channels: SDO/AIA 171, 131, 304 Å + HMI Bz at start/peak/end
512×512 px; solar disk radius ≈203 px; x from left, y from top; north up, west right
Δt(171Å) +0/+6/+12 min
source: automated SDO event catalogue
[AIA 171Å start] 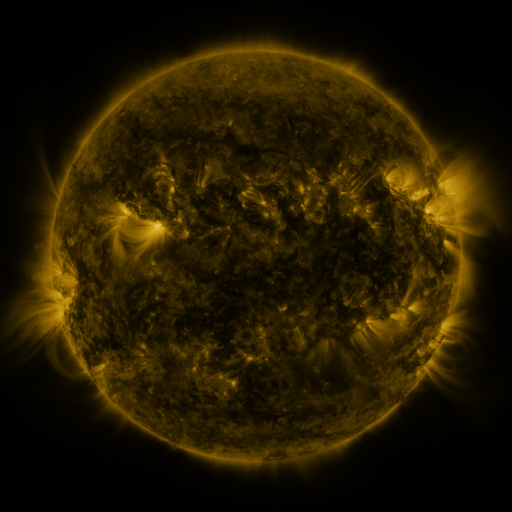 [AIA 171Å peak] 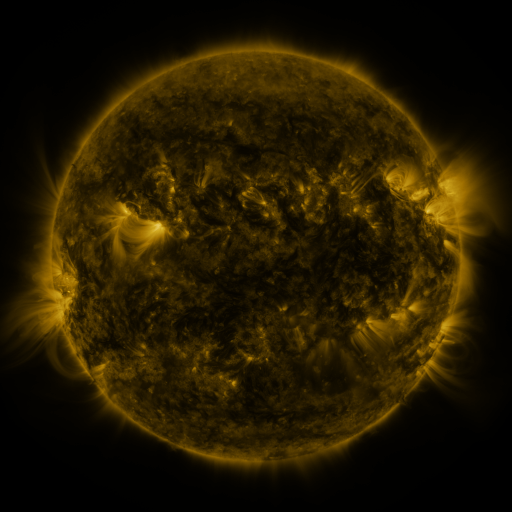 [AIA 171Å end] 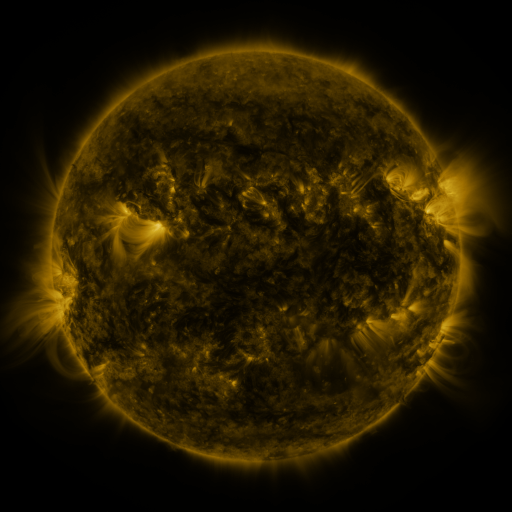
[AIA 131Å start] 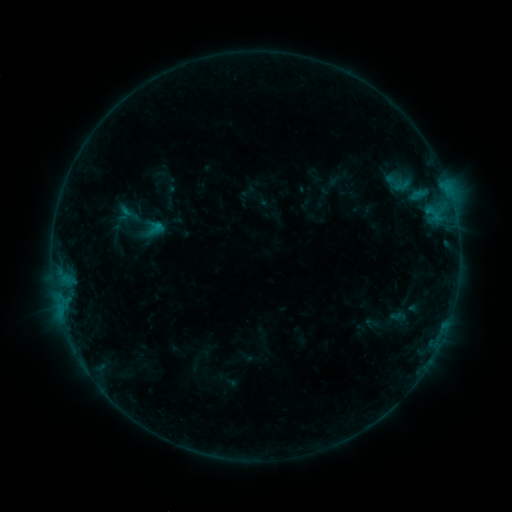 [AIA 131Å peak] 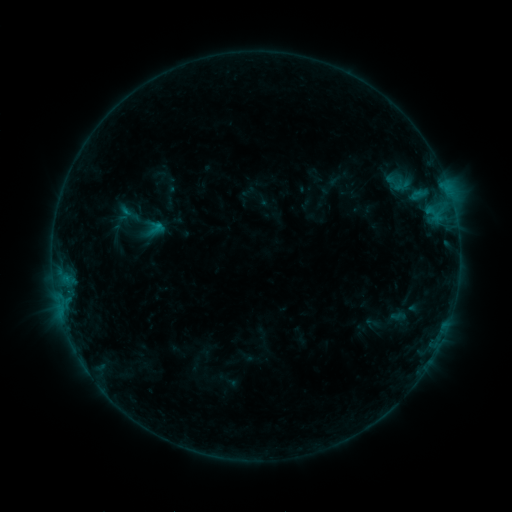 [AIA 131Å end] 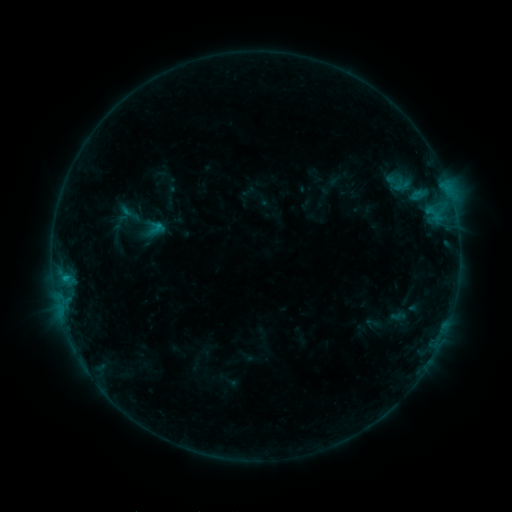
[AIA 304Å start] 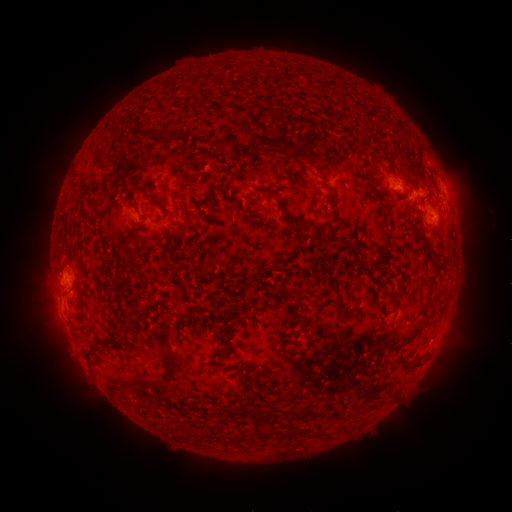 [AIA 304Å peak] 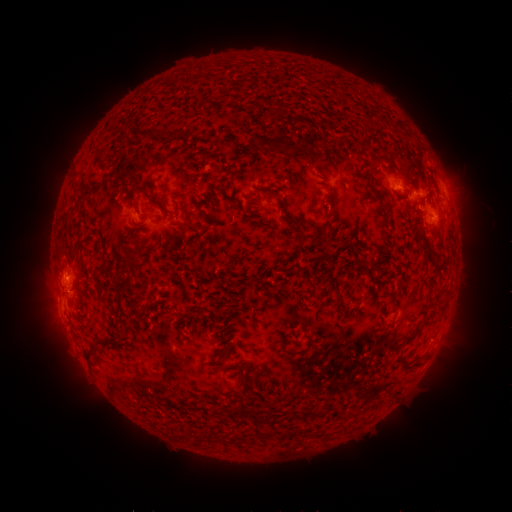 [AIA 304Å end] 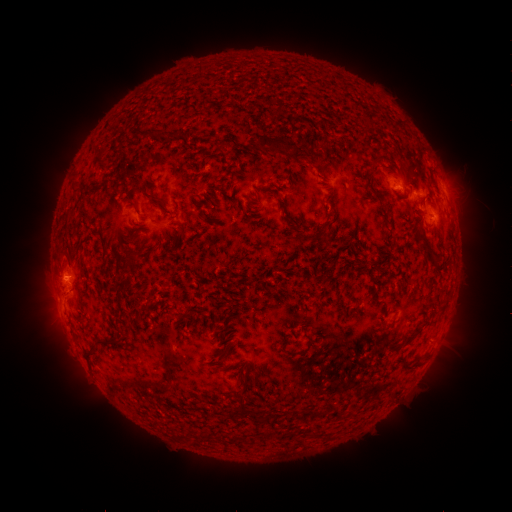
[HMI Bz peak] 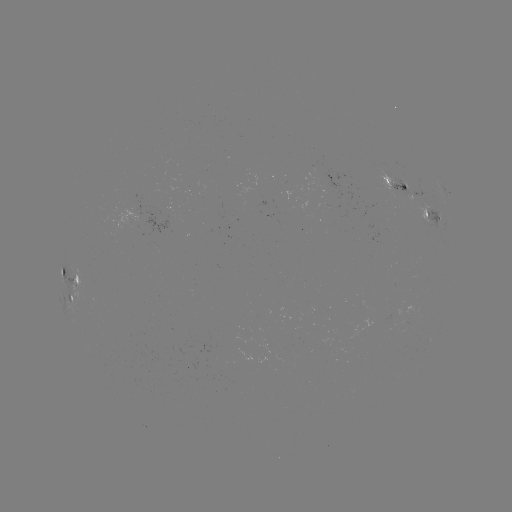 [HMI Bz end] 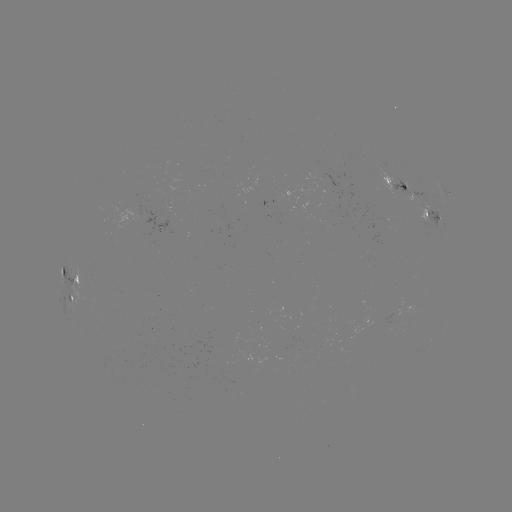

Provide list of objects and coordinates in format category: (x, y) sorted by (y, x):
B5.5 flare: (67, 275)
